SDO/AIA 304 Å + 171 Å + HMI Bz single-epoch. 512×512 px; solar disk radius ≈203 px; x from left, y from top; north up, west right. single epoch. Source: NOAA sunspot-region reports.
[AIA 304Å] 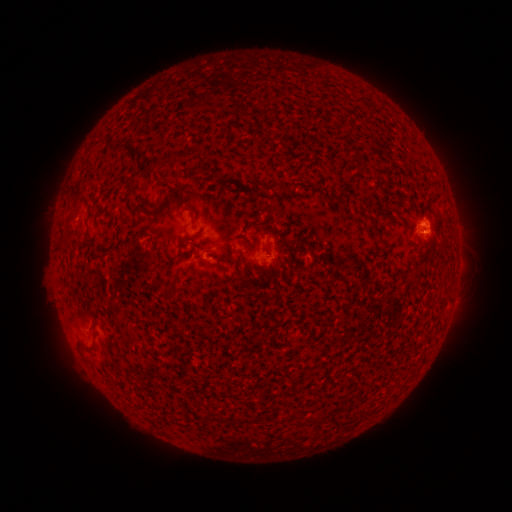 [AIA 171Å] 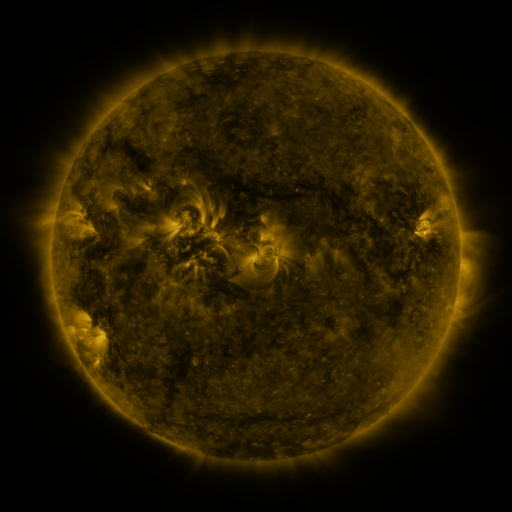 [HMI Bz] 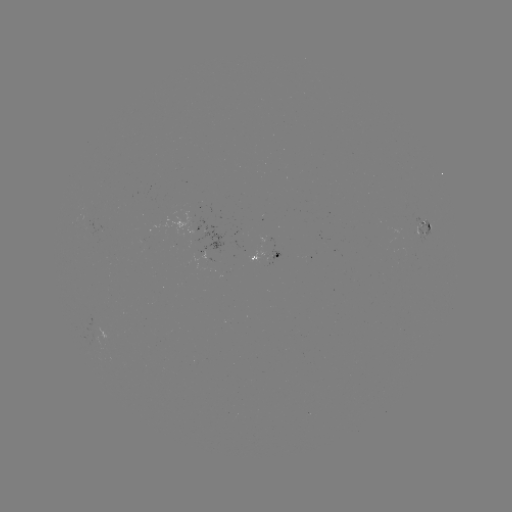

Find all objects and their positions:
spotted active region: (423, 230)
spotted active region: (207, 237)
spotted active region: (266, 238)
spotted active region: (270, 249)
